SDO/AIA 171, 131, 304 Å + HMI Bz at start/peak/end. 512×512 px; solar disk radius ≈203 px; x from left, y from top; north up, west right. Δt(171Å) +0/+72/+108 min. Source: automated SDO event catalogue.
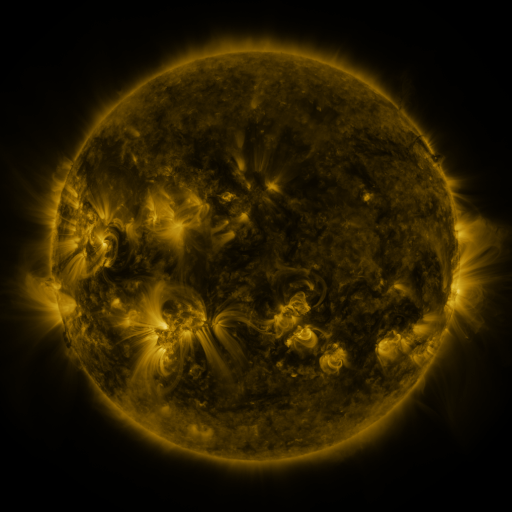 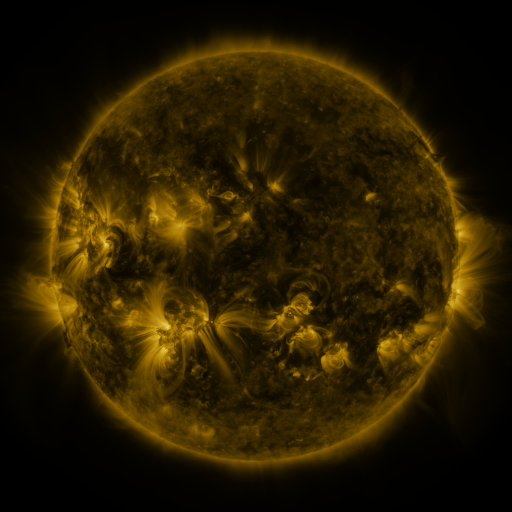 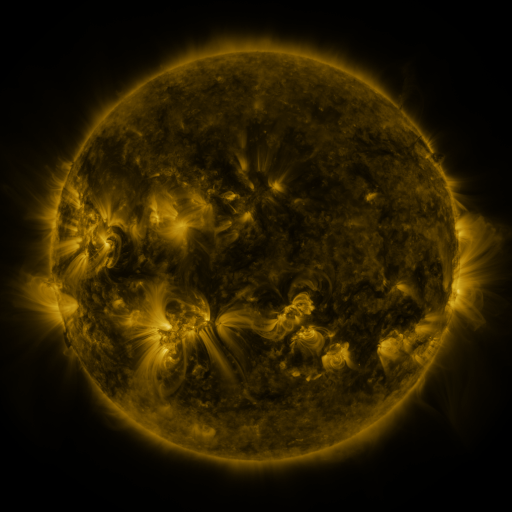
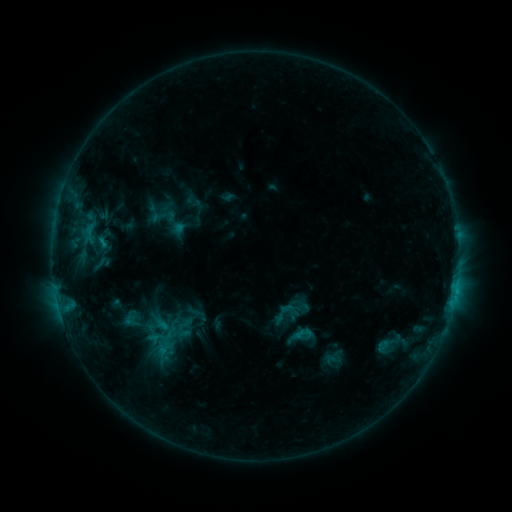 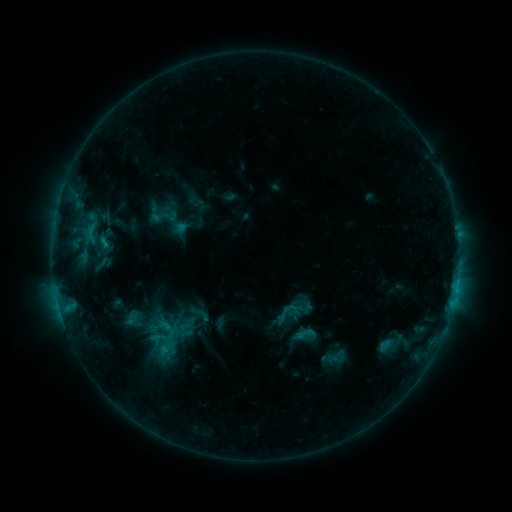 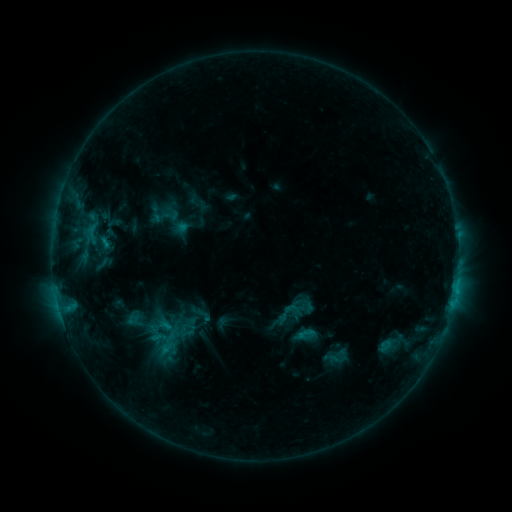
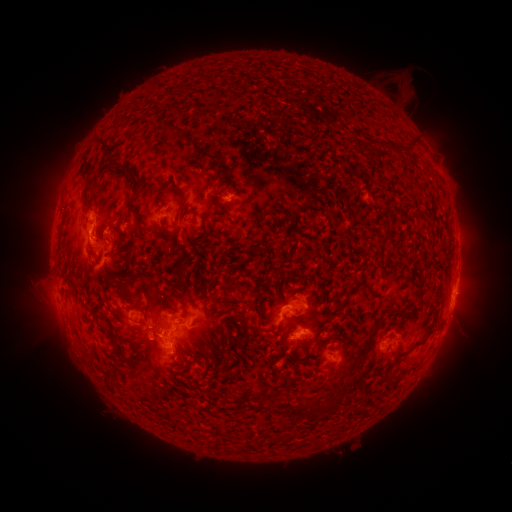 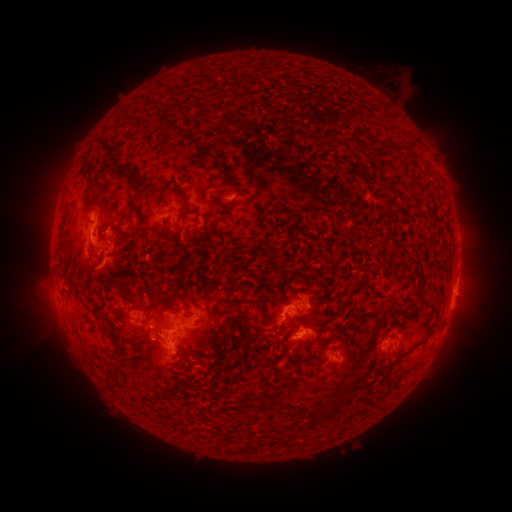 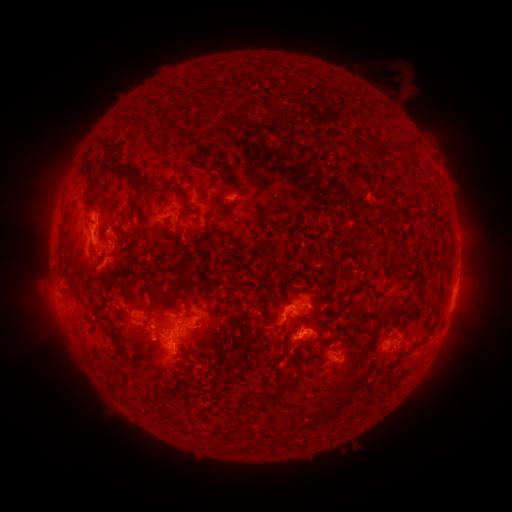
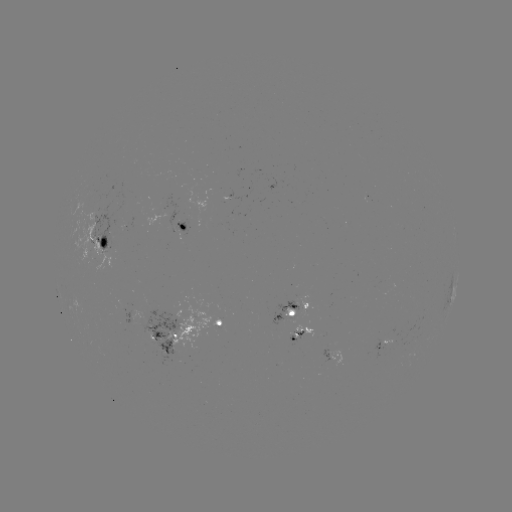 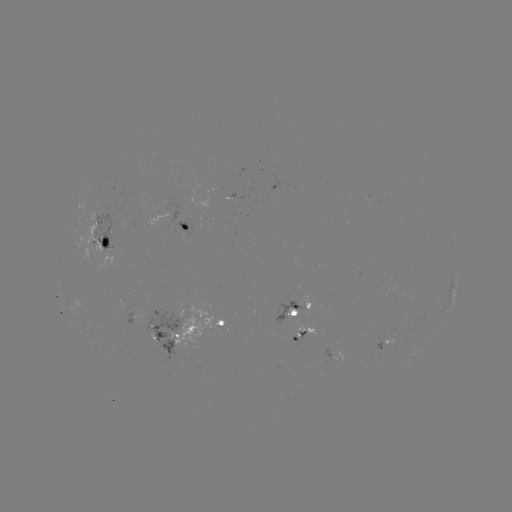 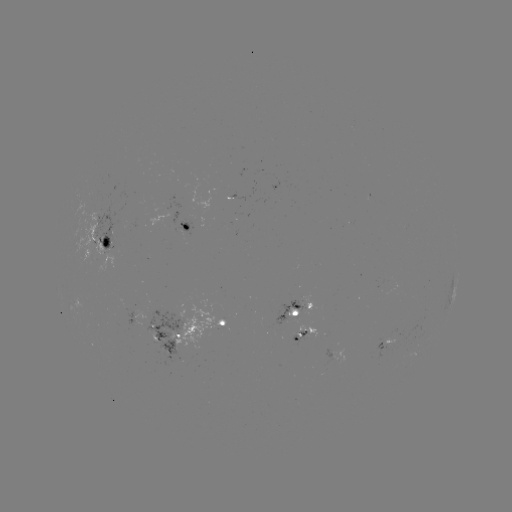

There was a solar emerging-flux region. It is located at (183, 229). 